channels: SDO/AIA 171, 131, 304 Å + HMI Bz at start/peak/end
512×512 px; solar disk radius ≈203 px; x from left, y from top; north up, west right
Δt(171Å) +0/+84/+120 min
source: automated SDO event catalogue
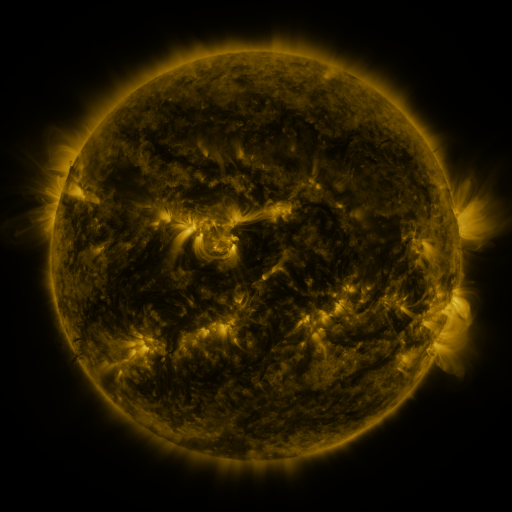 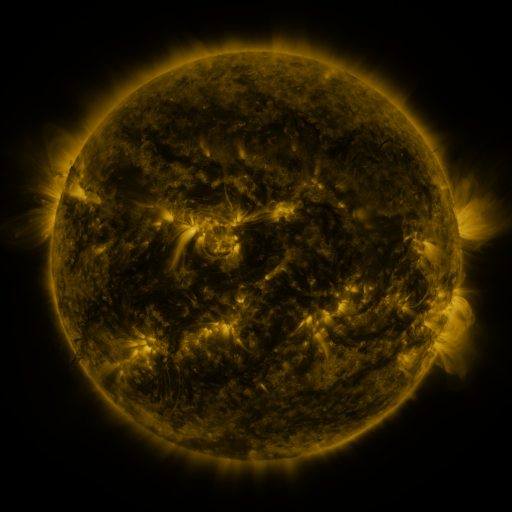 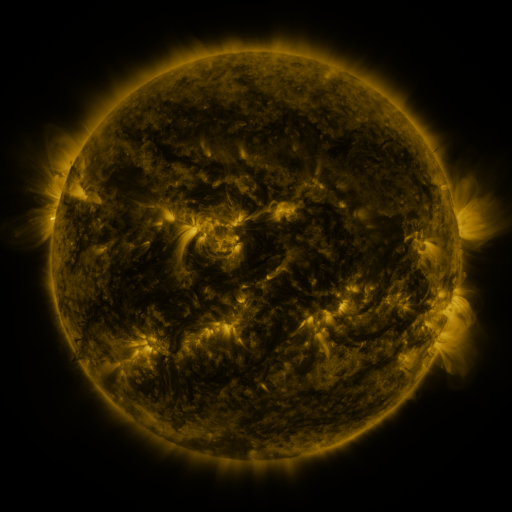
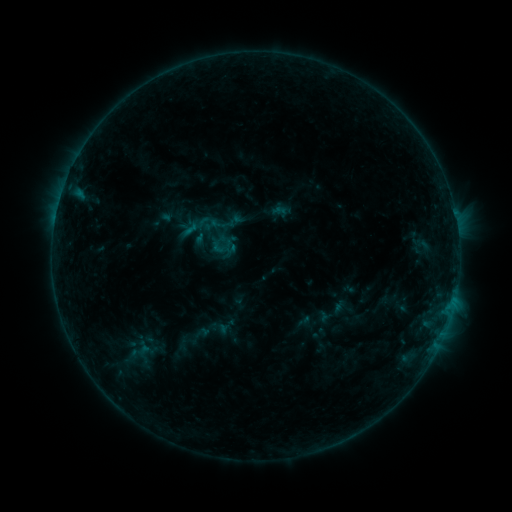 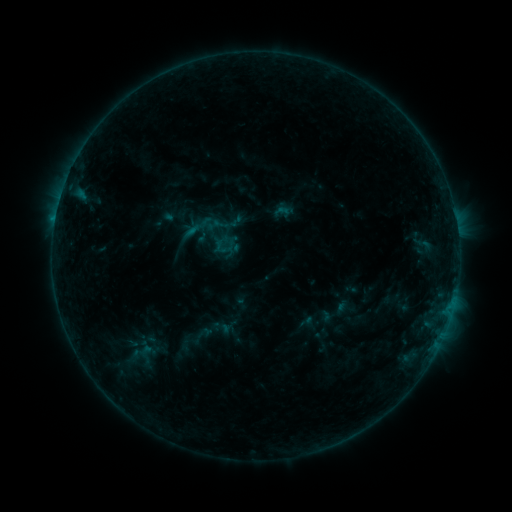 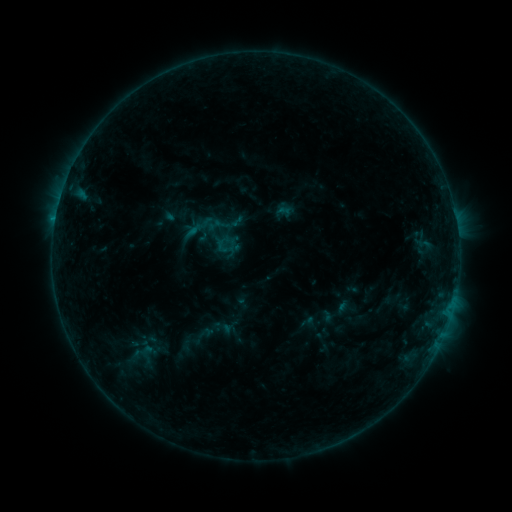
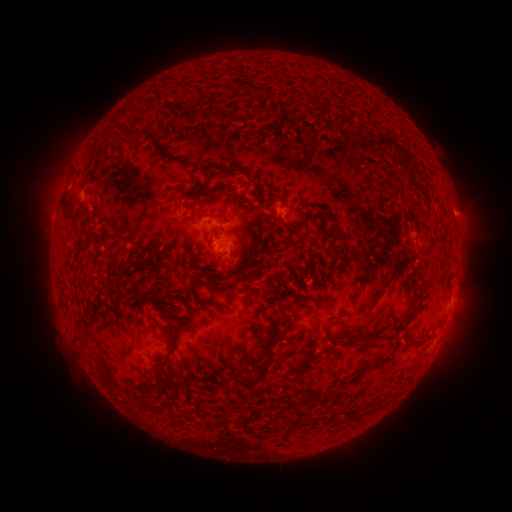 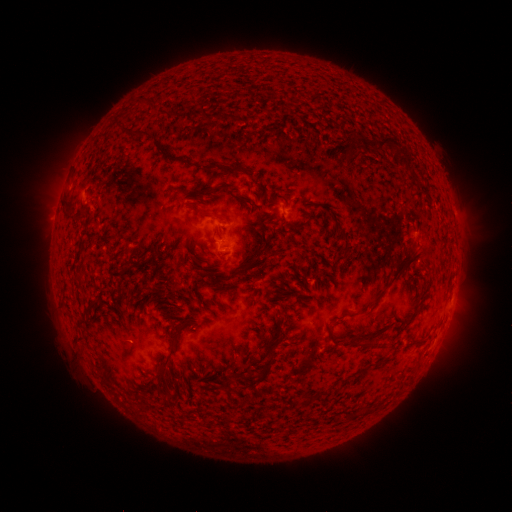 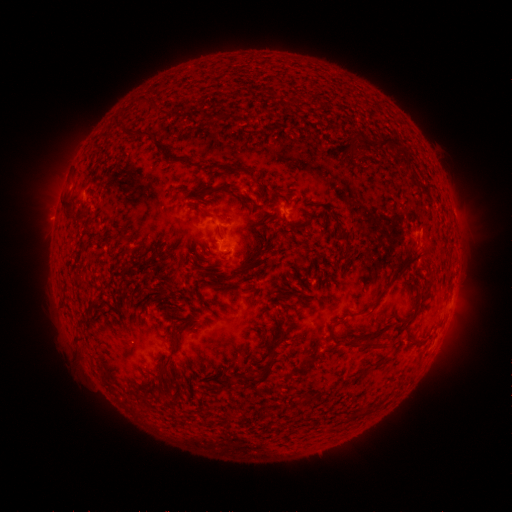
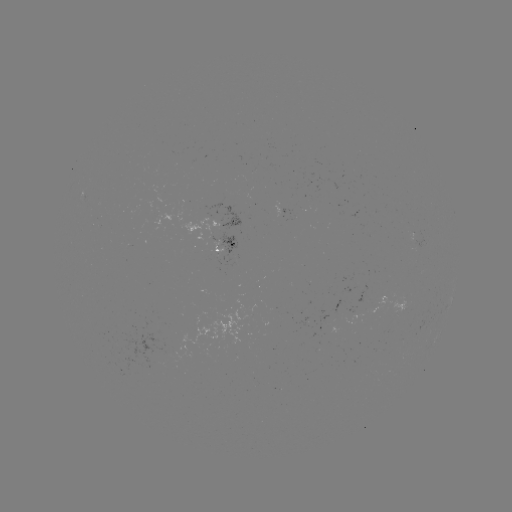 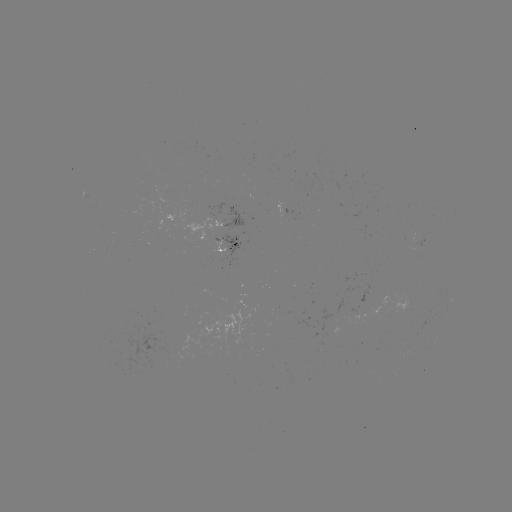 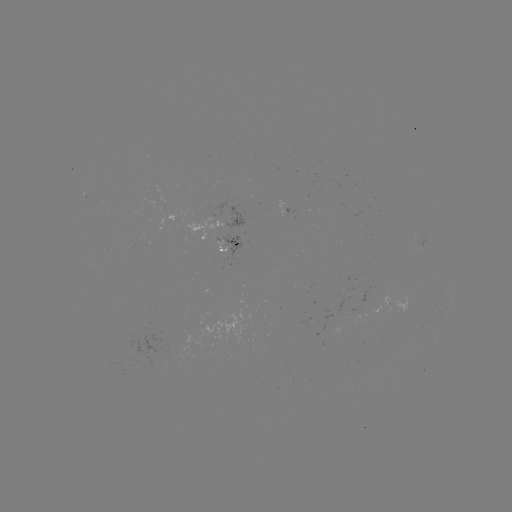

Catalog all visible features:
emerging-flux region: (357, 312)
